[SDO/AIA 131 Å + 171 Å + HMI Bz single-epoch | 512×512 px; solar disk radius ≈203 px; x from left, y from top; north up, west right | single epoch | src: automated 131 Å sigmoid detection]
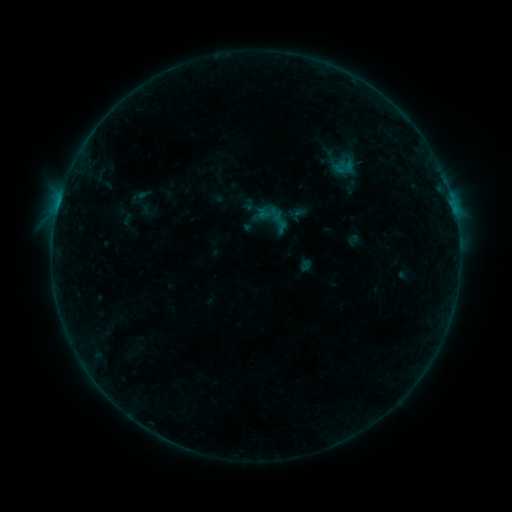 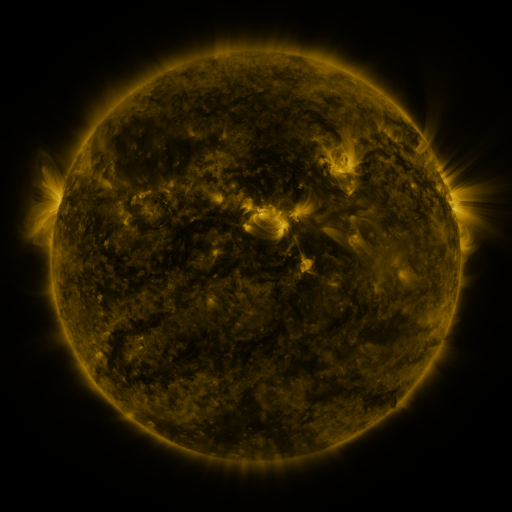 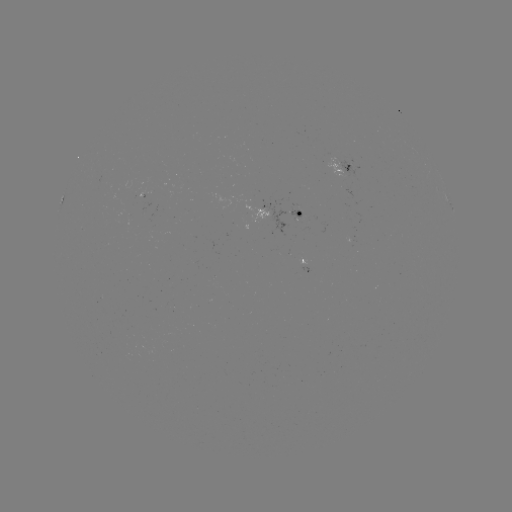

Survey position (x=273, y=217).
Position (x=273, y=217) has sigmoid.